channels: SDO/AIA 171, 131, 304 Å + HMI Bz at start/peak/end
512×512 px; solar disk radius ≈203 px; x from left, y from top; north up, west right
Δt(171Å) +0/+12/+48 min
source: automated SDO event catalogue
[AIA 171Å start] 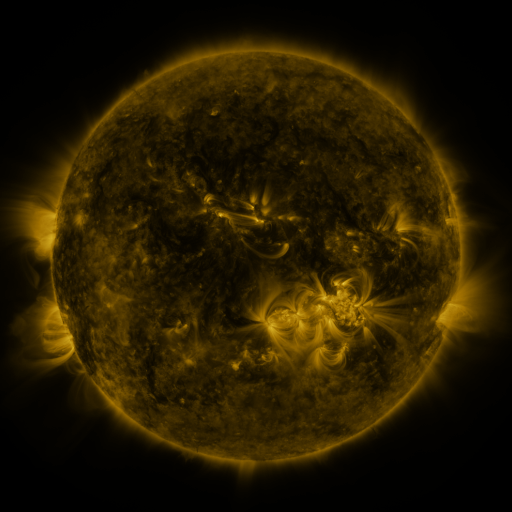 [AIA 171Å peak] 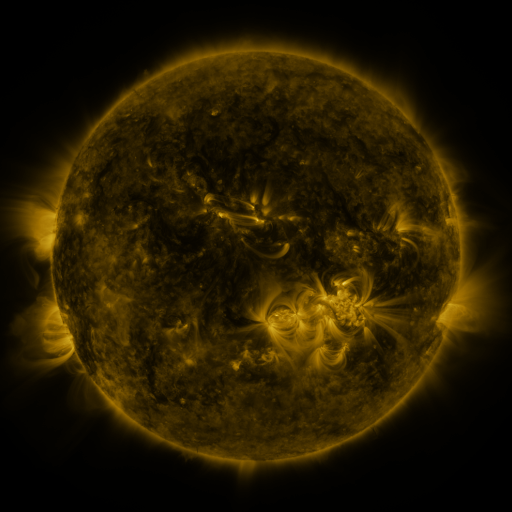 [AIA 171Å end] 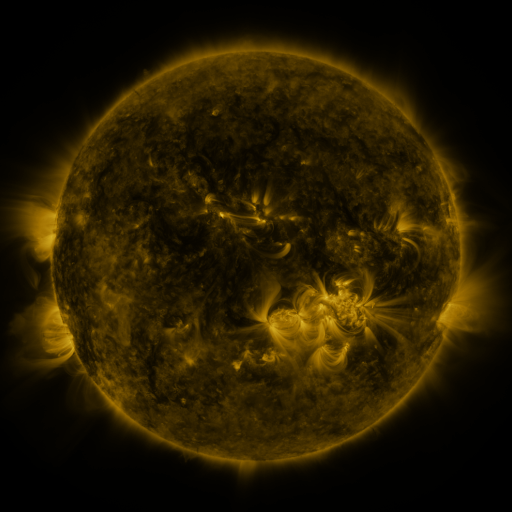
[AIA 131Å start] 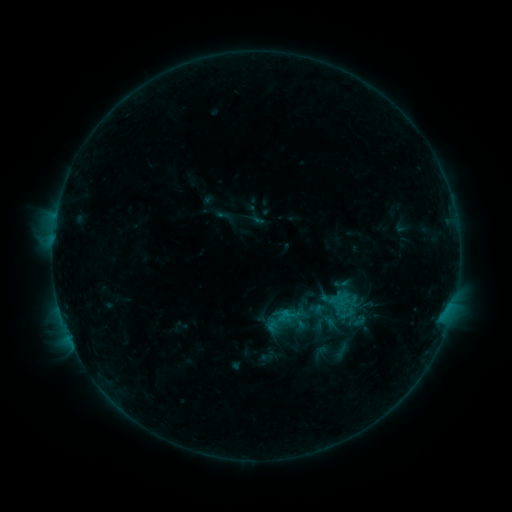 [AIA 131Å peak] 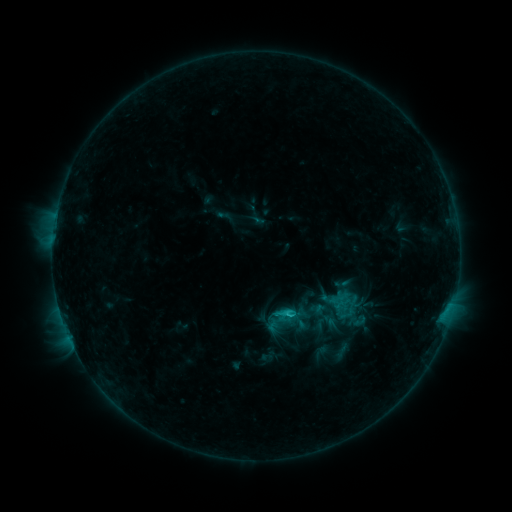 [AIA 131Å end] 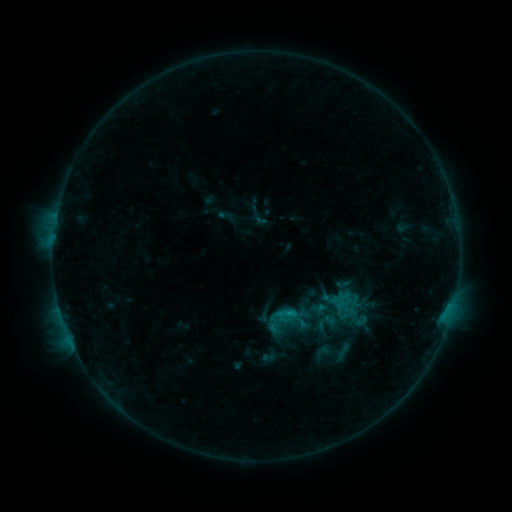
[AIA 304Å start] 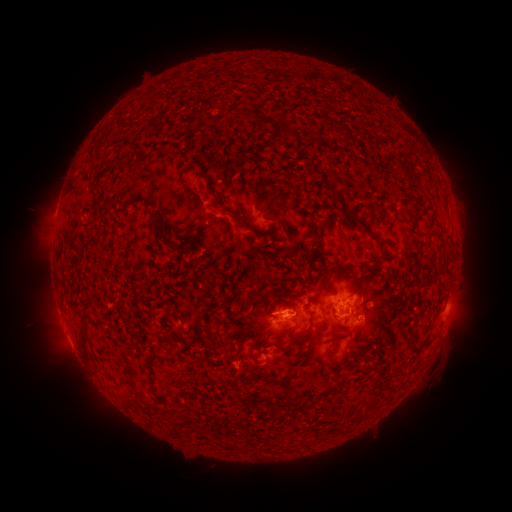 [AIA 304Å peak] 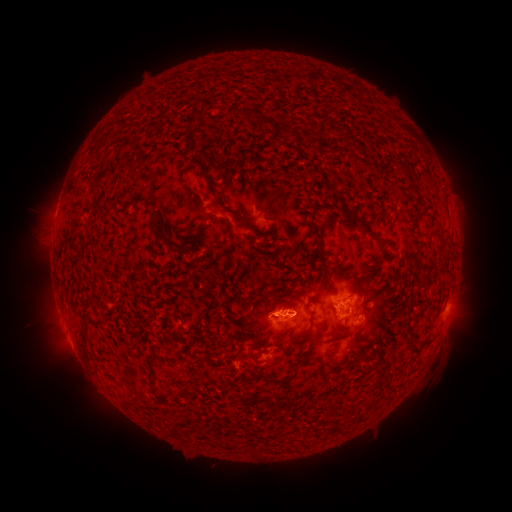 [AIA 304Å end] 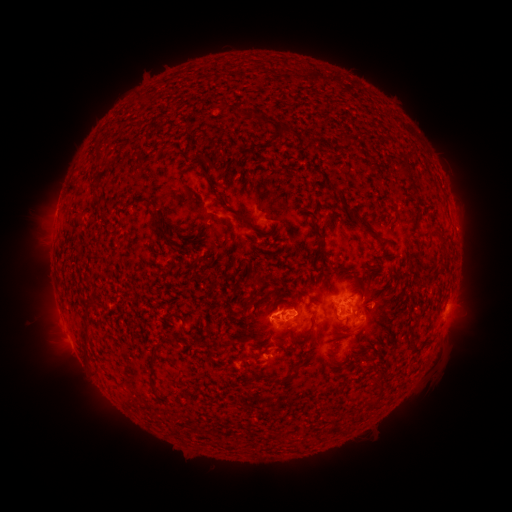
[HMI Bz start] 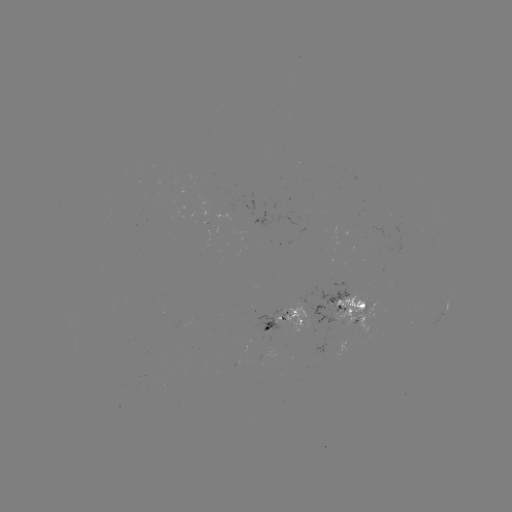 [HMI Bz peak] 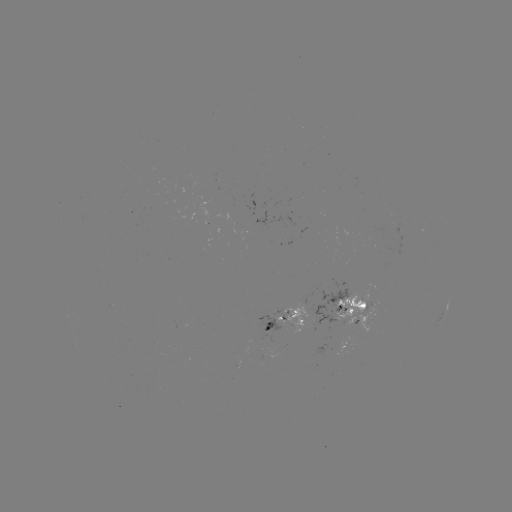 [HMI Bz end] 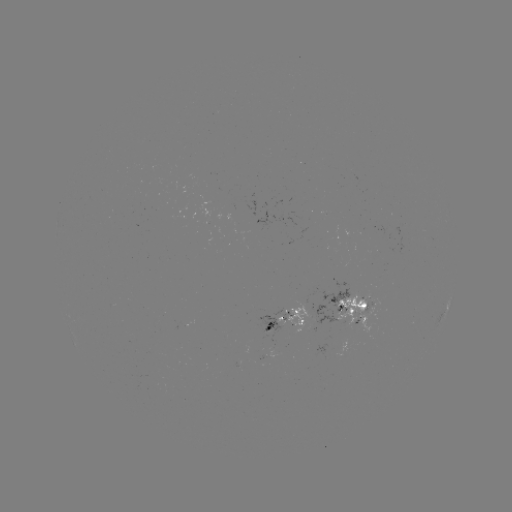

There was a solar flare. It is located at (287, 311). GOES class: C1.1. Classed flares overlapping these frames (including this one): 1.